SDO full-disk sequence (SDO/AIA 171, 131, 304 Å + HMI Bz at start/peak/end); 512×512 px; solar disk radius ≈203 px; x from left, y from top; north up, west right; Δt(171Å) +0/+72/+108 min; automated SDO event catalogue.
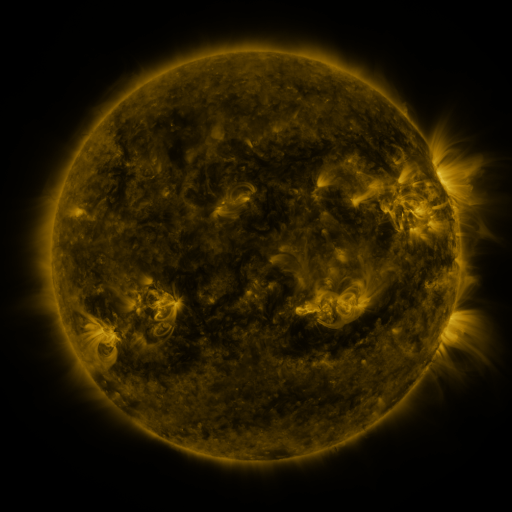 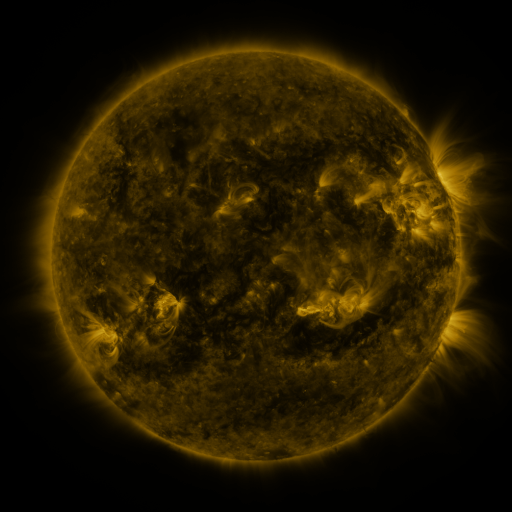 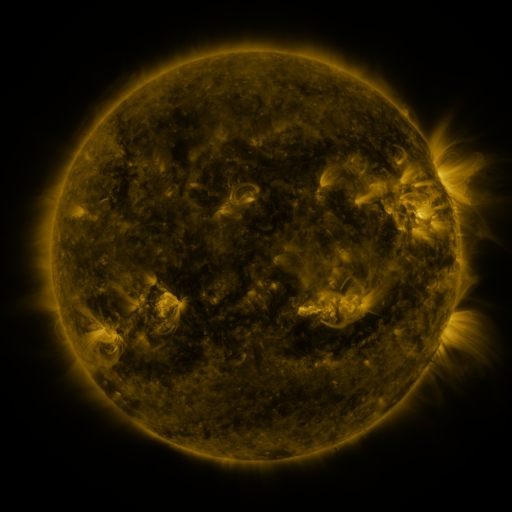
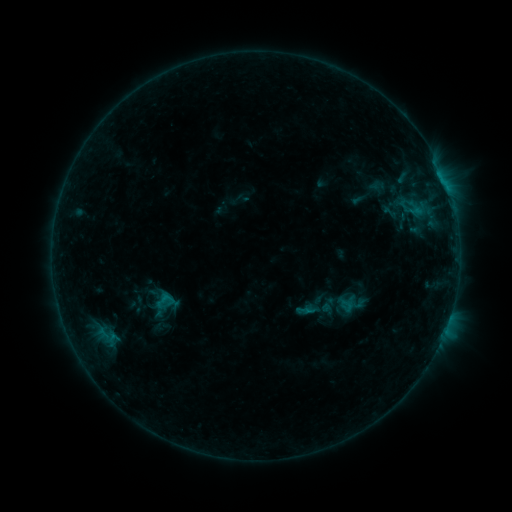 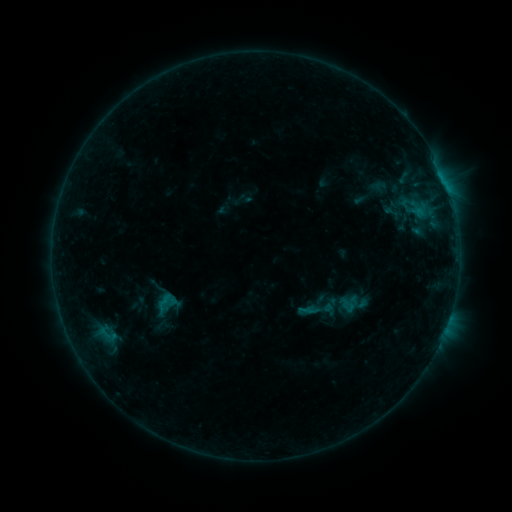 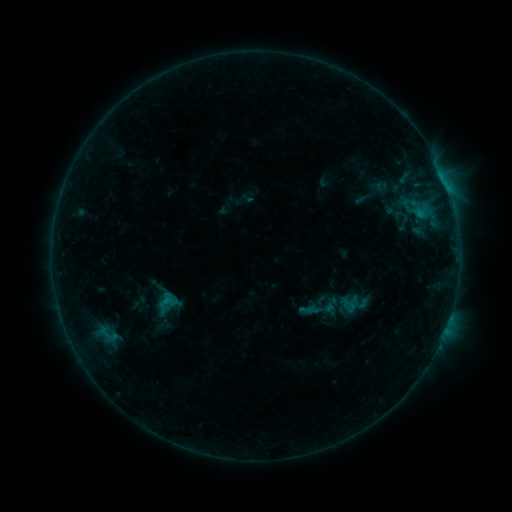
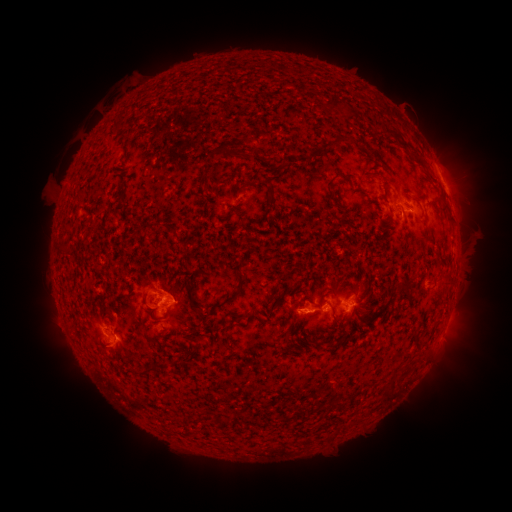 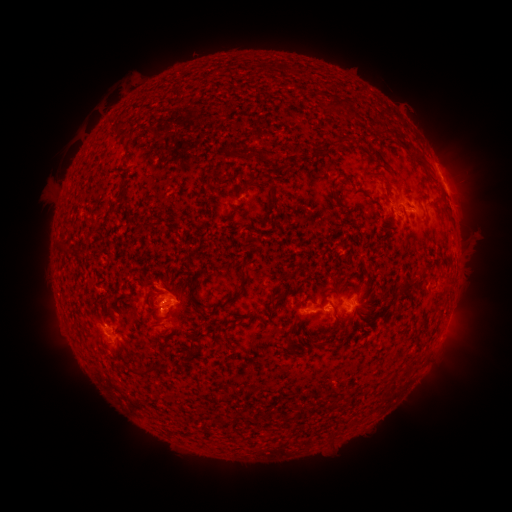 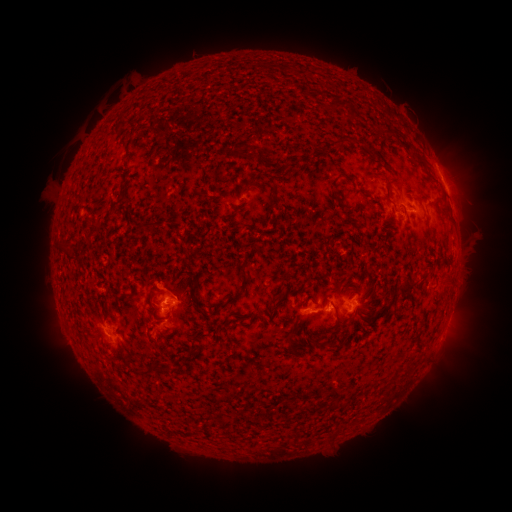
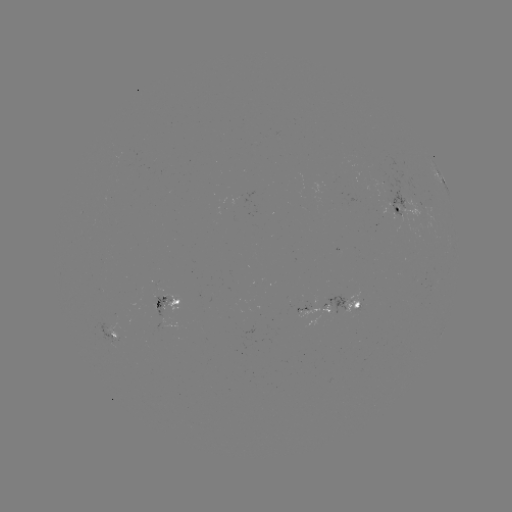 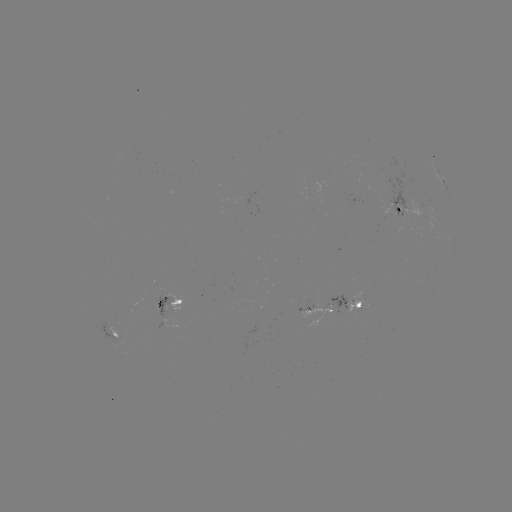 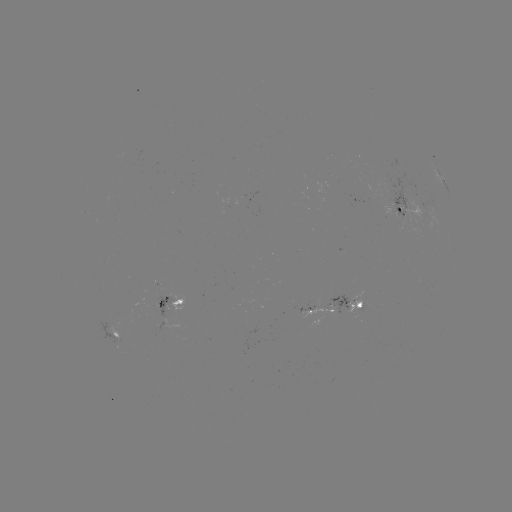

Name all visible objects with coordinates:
emerging-flux region: (390, 193)
